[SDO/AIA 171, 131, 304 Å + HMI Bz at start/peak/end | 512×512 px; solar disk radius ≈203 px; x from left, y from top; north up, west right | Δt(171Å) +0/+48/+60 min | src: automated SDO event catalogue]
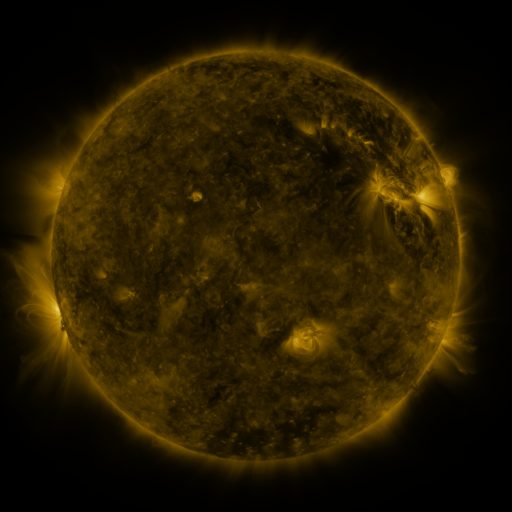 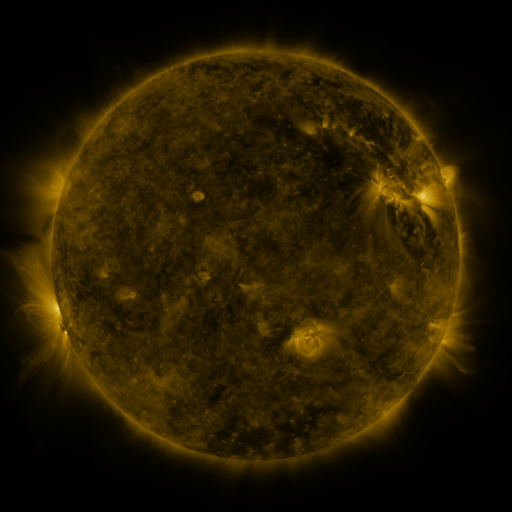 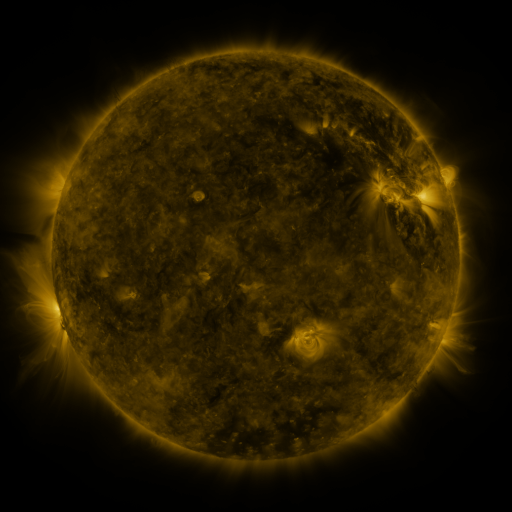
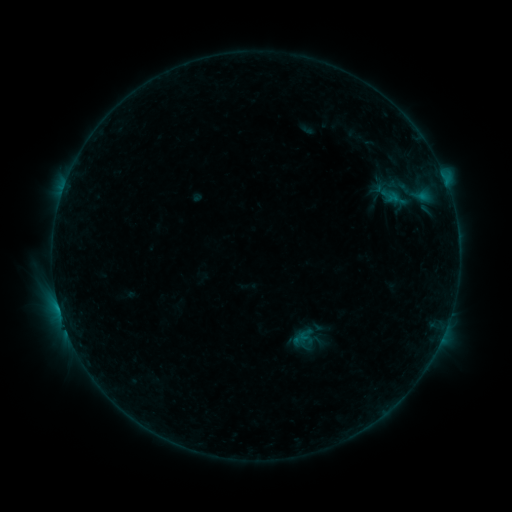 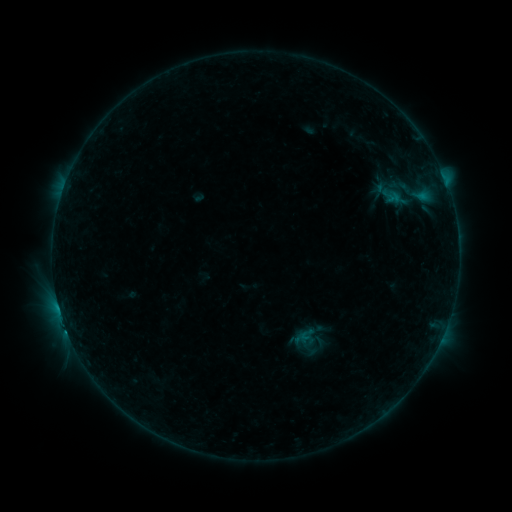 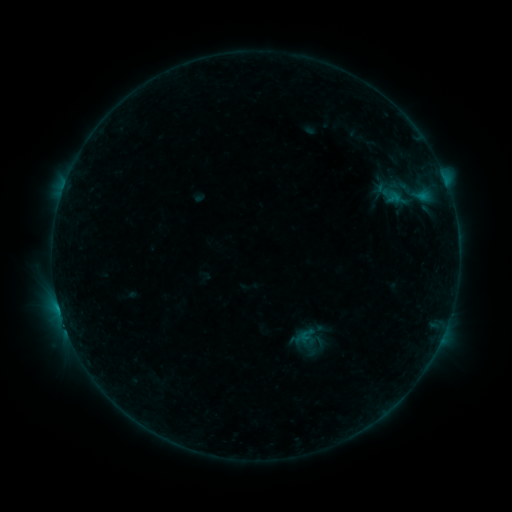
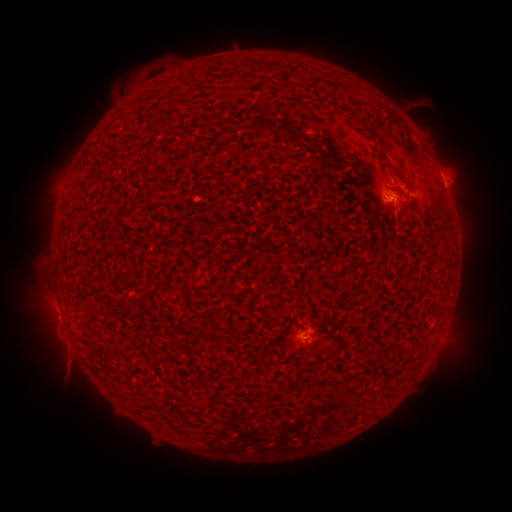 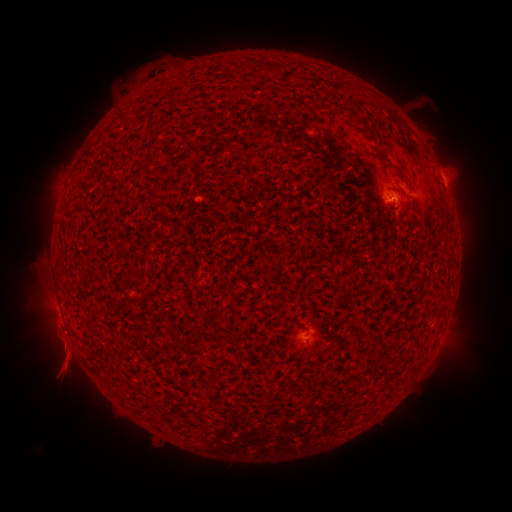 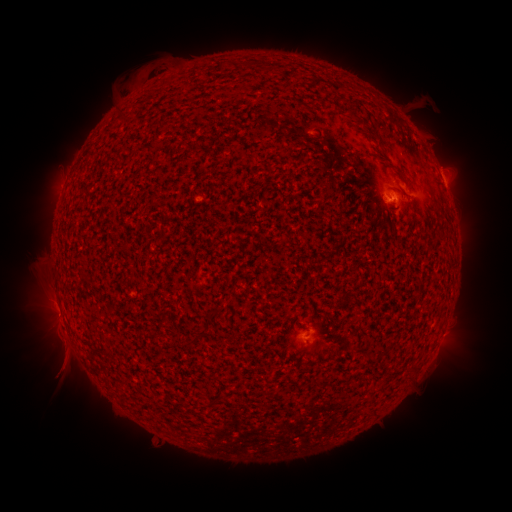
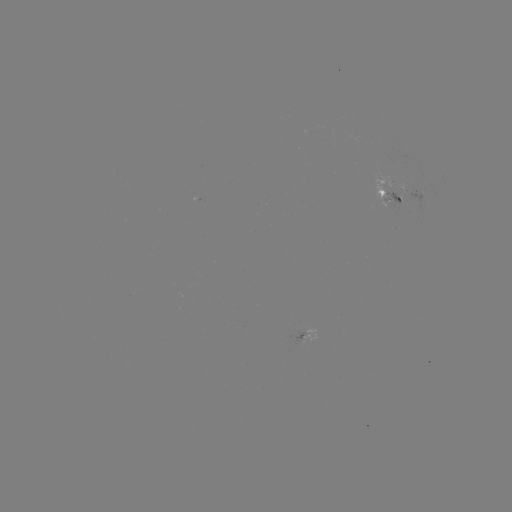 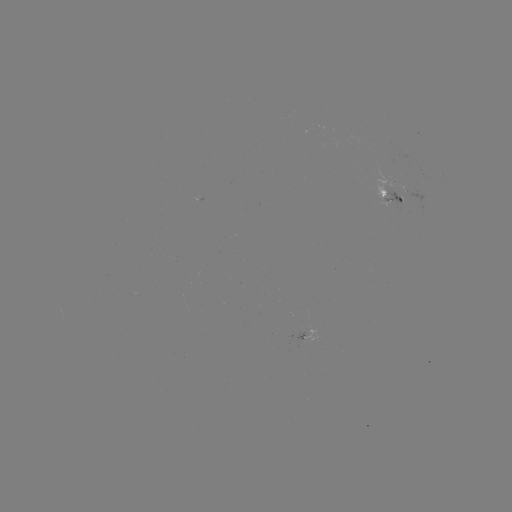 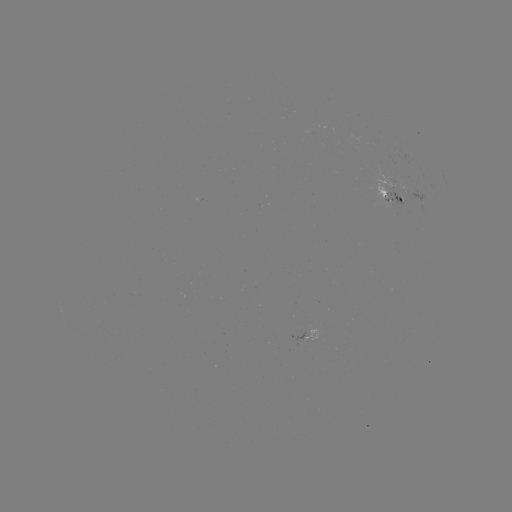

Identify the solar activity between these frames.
emerging-flux region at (393, 191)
